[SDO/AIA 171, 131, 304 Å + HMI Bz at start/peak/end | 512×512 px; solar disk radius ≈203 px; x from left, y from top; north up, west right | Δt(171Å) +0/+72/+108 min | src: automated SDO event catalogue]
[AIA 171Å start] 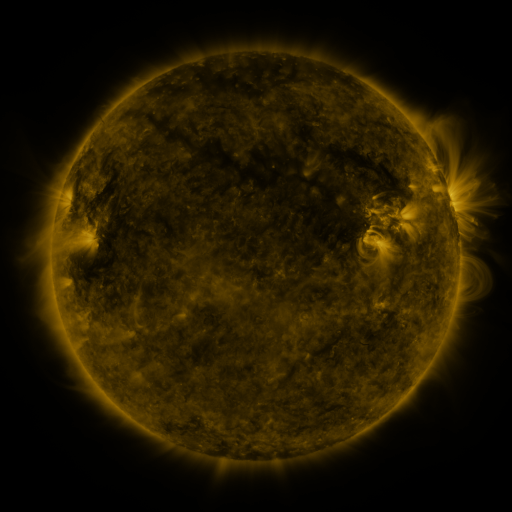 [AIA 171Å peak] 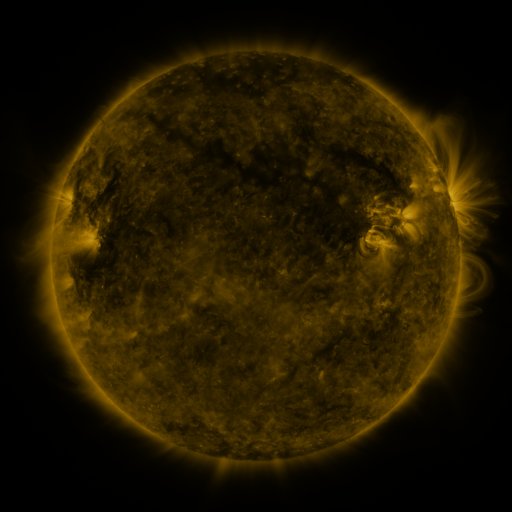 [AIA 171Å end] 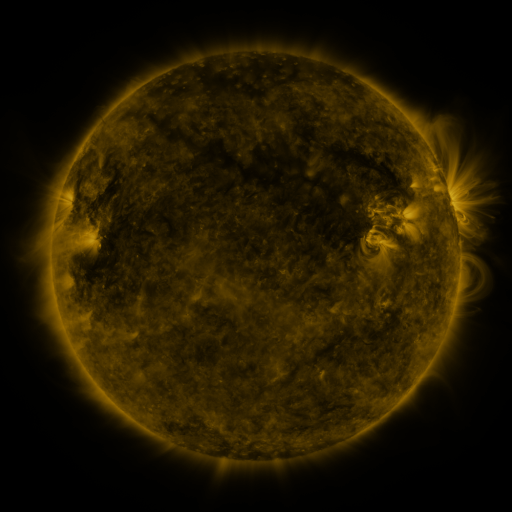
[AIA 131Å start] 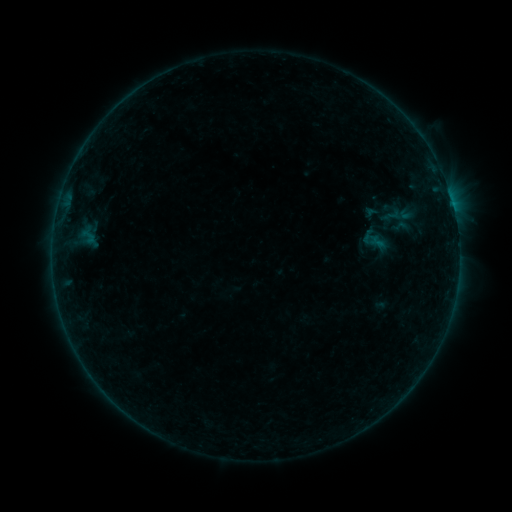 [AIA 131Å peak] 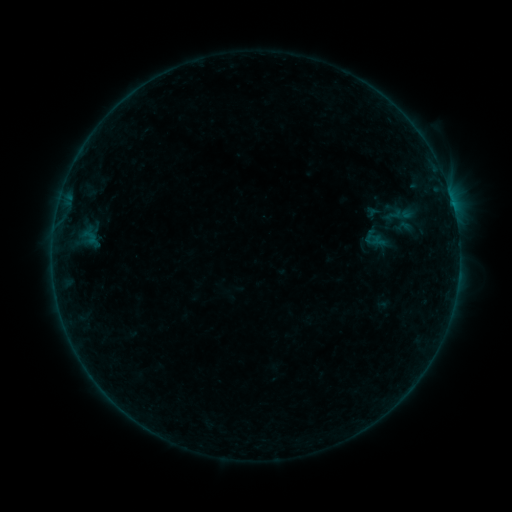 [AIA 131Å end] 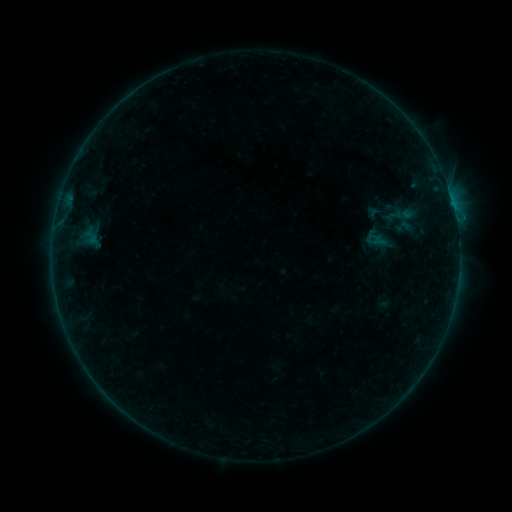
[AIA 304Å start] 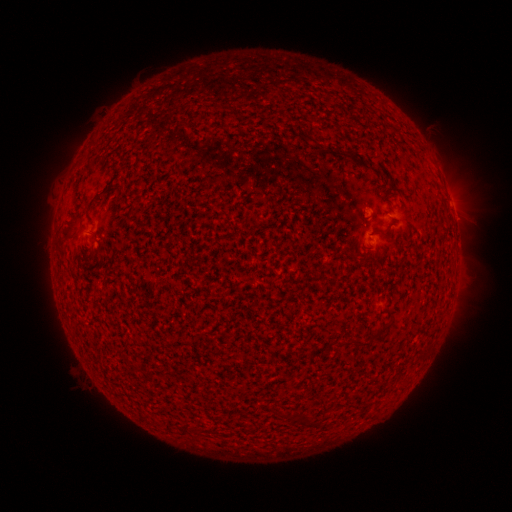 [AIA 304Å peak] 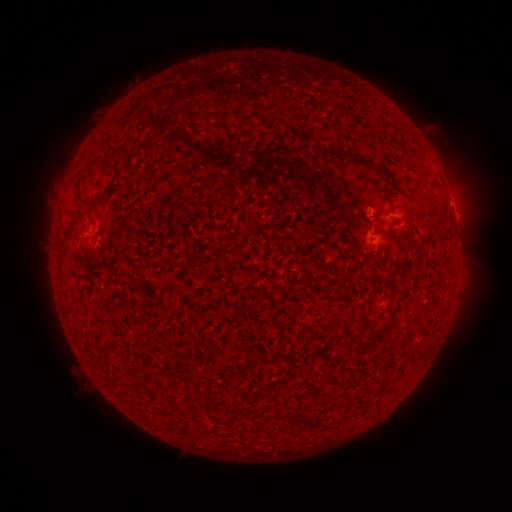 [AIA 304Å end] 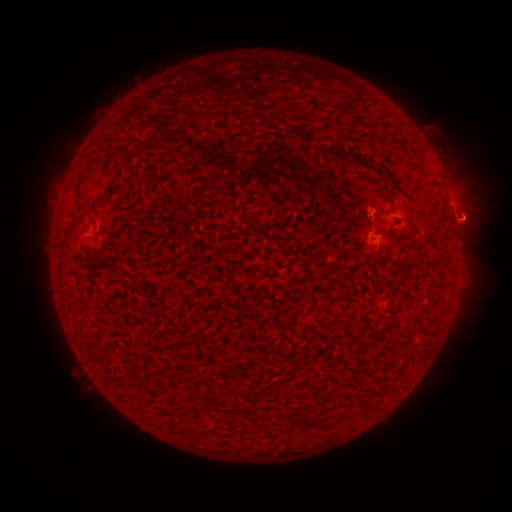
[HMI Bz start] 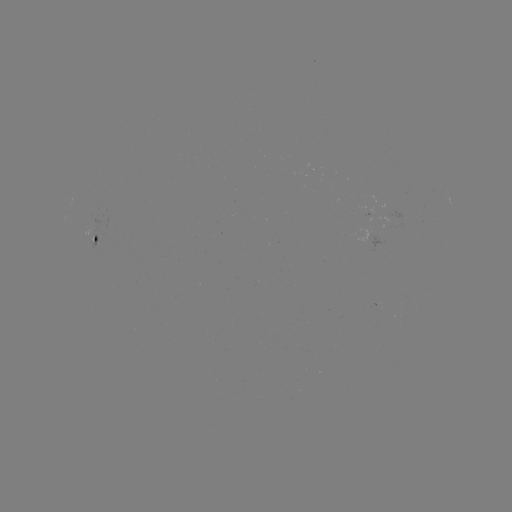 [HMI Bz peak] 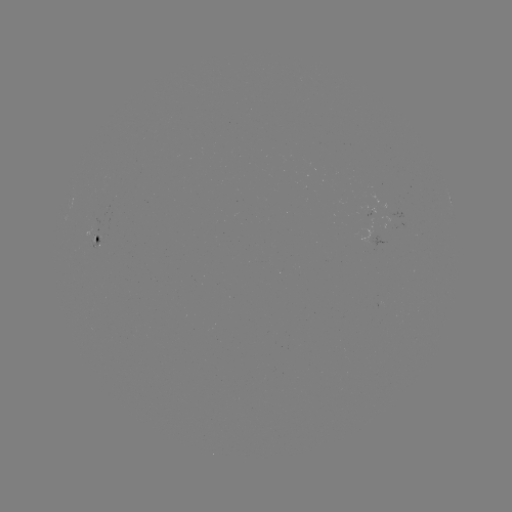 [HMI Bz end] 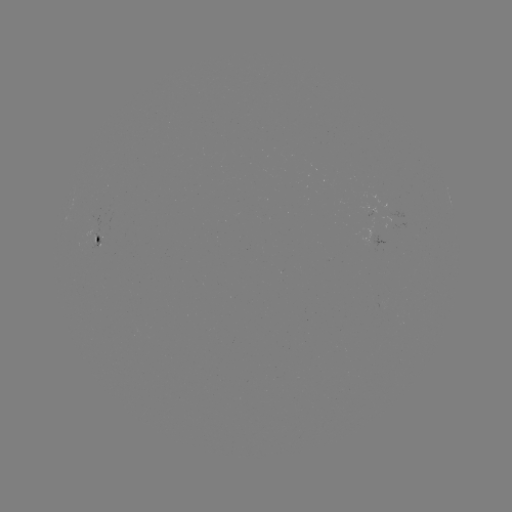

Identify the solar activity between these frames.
emerging-flux region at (379, 217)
